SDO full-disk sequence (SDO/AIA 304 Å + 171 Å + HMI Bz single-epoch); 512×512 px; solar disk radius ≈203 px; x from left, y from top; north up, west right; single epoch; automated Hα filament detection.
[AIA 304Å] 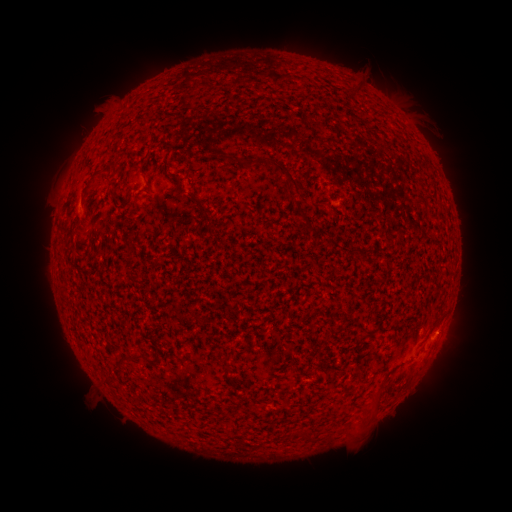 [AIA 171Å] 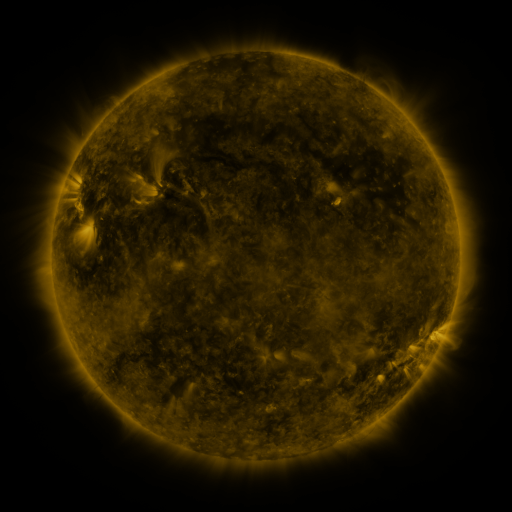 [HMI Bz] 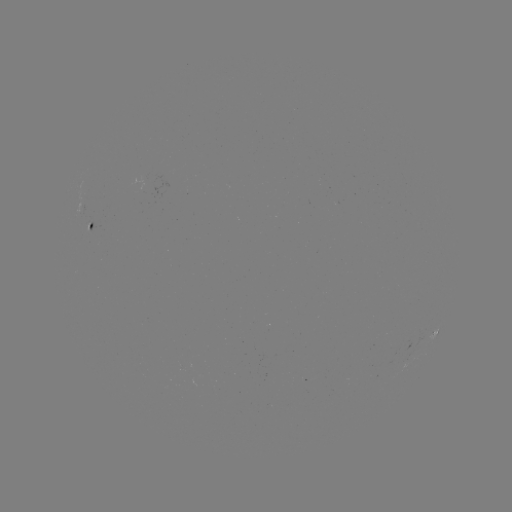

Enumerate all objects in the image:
filament: <bbox>244, 158, 266, 168</bbox>
filament: <bbox>90, 160, 114, 182</bbox>
filament: <bbox>287, 175, 299, 189</bbox>
filament: <bbox>145, 178, 153, 191</bbox>
filament: <bbox>298, 212, 308, 223</bbox>
filament: <bbox>356, 404, 371, 419</bbox>
